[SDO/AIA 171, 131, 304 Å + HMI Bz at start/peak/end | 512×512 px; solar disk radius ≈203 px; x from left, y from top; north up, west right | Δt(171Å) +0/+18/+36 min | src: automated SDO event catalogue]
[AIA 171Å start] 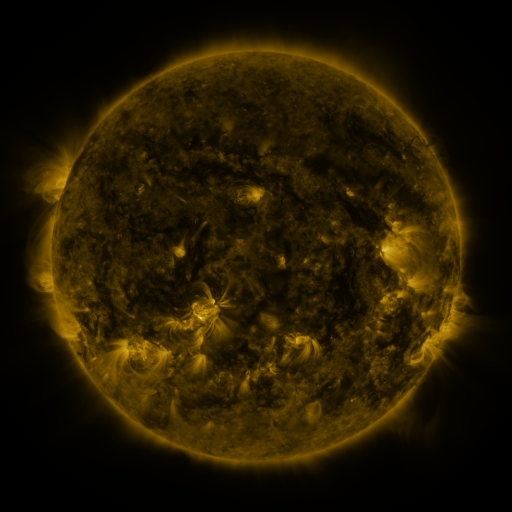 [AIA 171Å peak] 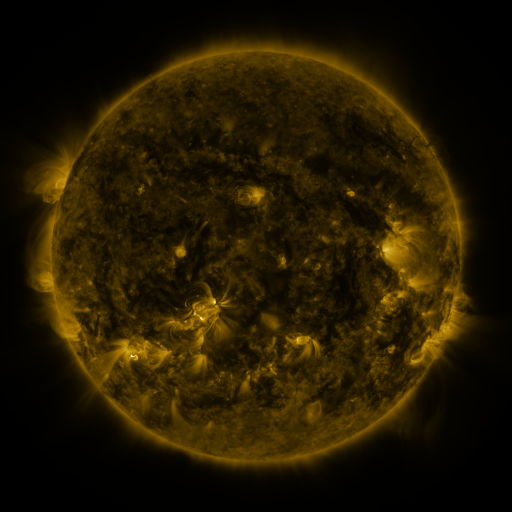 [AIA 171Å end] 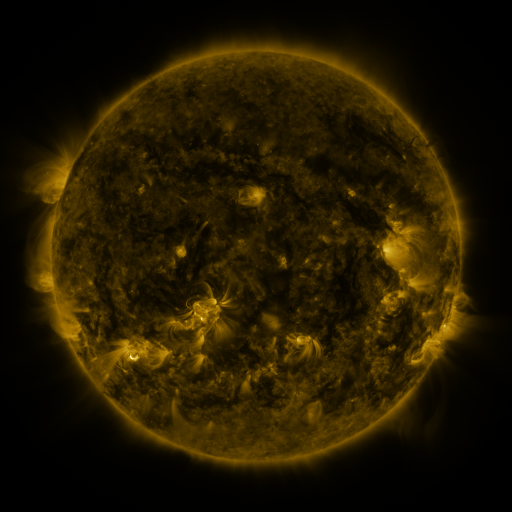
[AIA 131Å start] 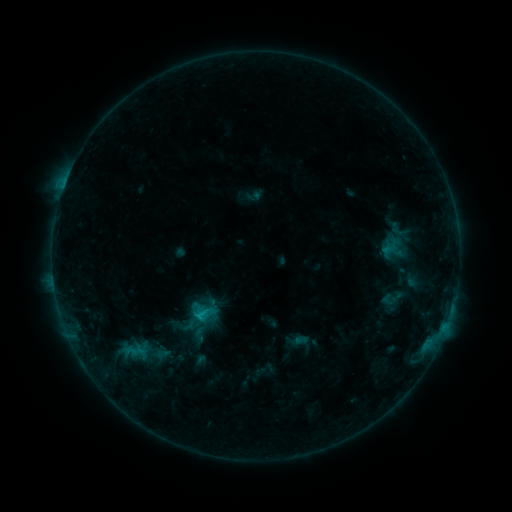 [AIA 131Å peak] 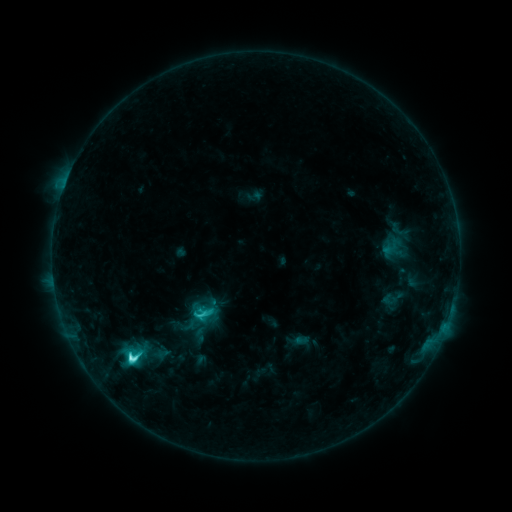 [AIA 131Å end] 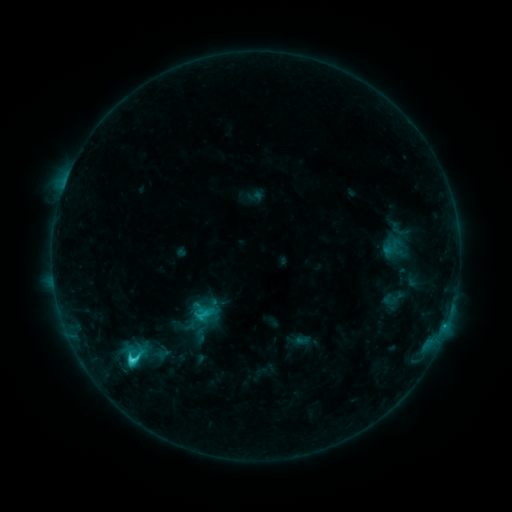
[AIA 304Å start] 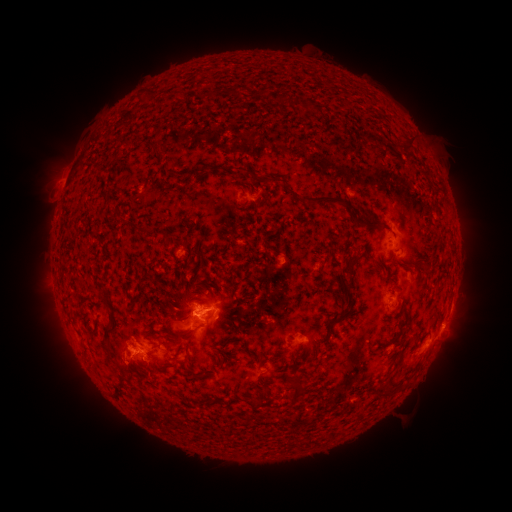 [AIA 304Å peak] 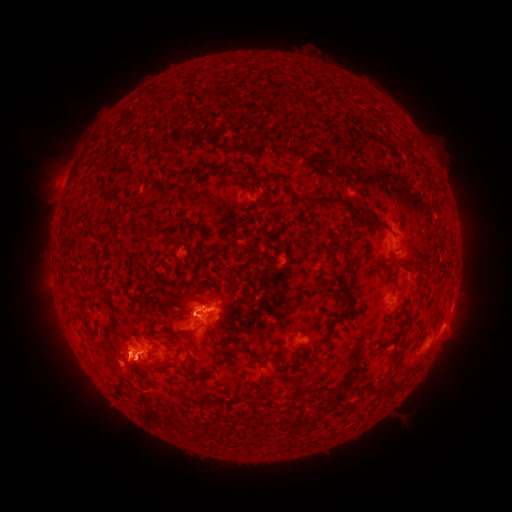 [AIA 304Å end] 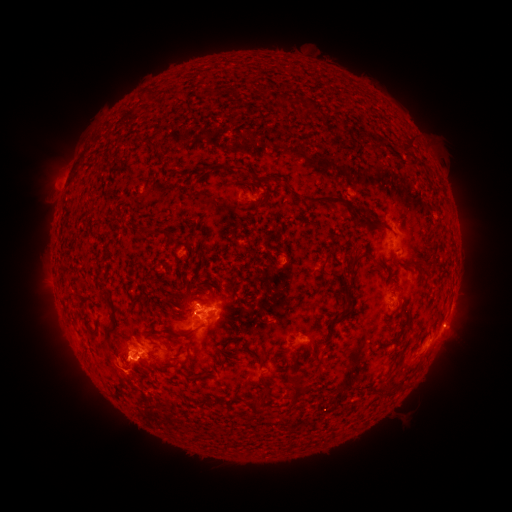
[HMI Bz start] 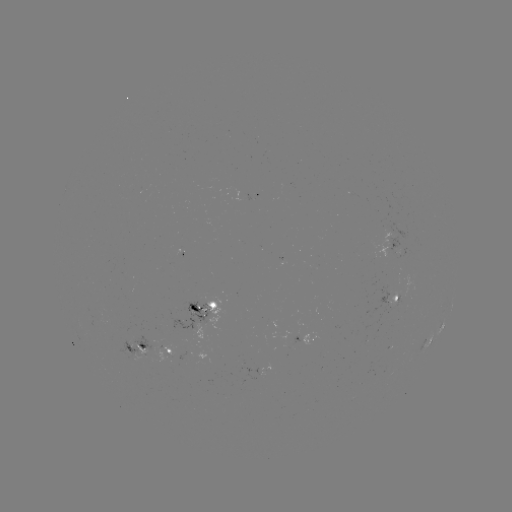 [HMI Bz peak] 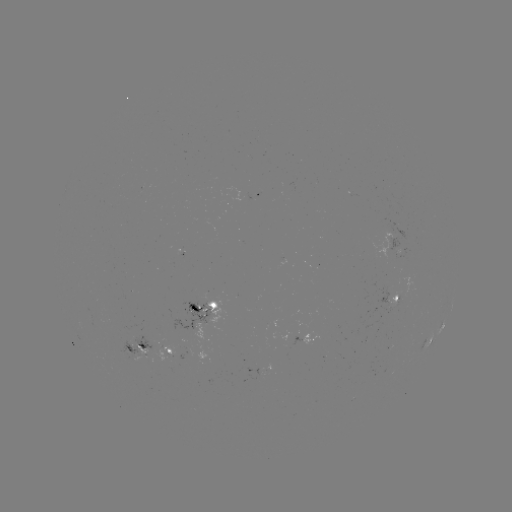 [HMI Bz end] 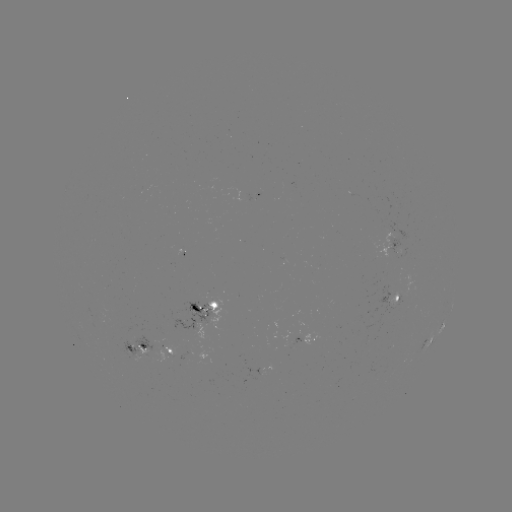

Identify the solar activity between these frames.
C6.2 flare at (132, 356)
